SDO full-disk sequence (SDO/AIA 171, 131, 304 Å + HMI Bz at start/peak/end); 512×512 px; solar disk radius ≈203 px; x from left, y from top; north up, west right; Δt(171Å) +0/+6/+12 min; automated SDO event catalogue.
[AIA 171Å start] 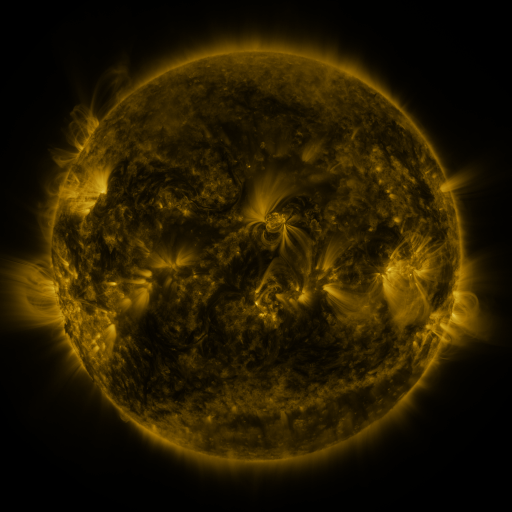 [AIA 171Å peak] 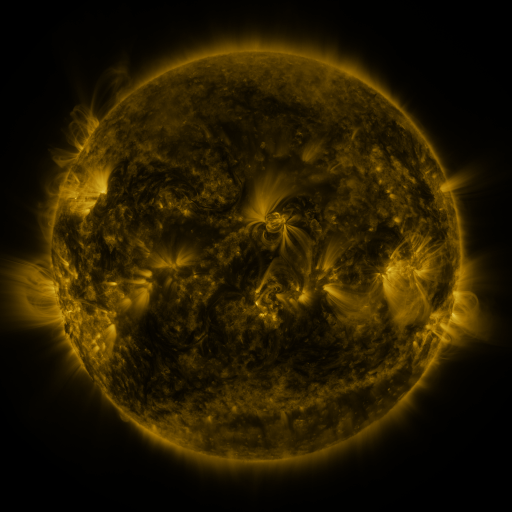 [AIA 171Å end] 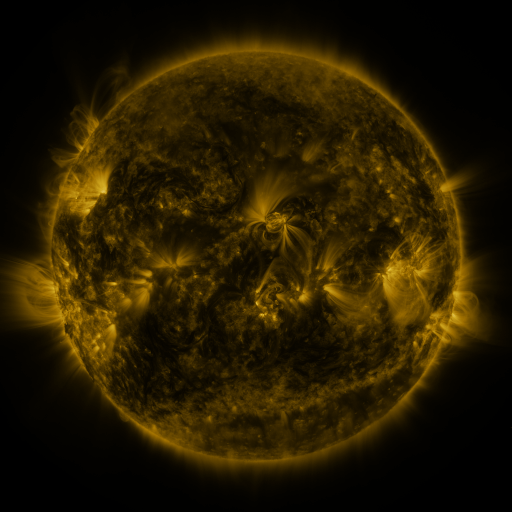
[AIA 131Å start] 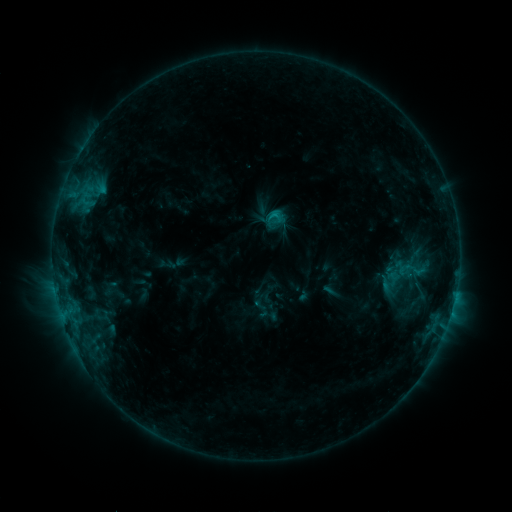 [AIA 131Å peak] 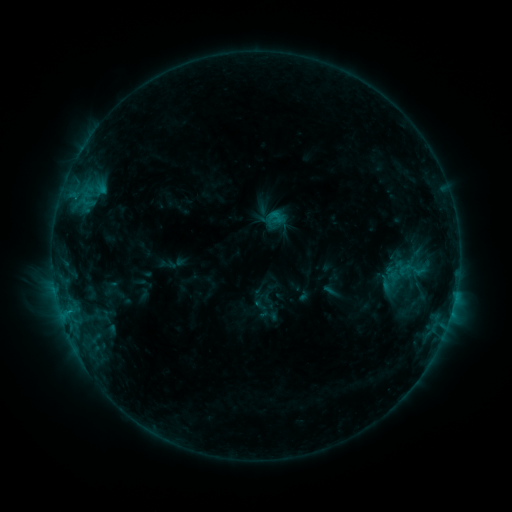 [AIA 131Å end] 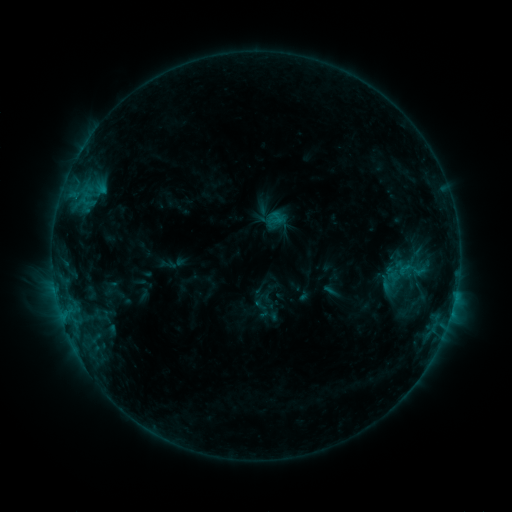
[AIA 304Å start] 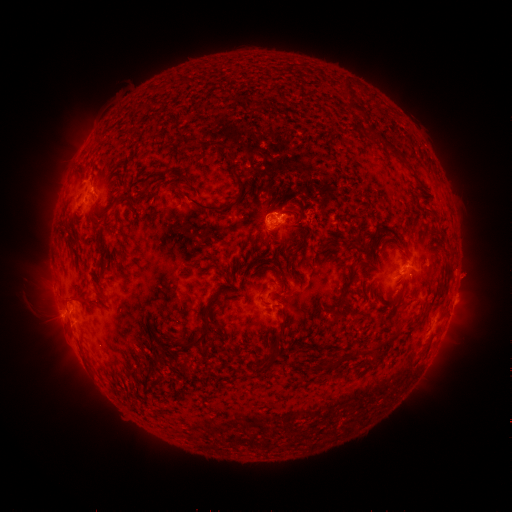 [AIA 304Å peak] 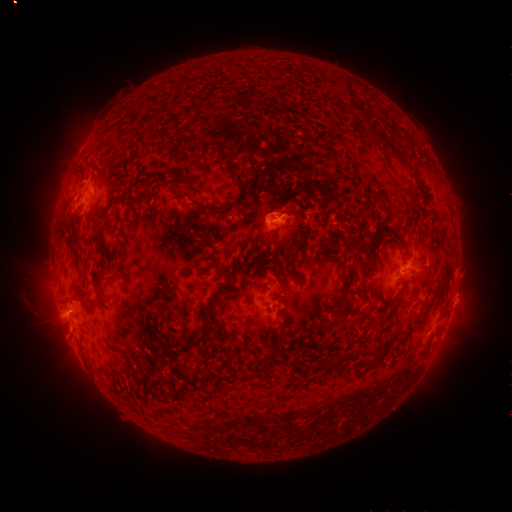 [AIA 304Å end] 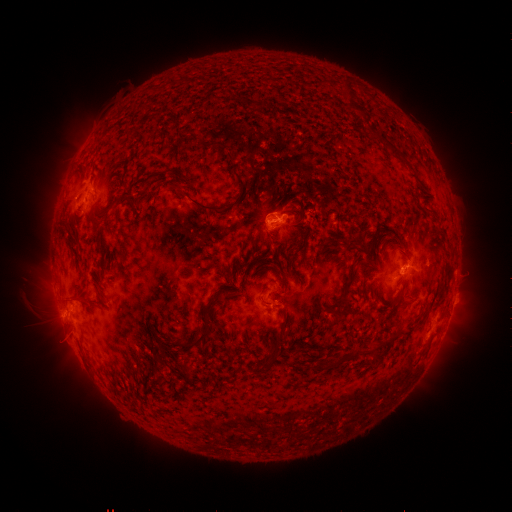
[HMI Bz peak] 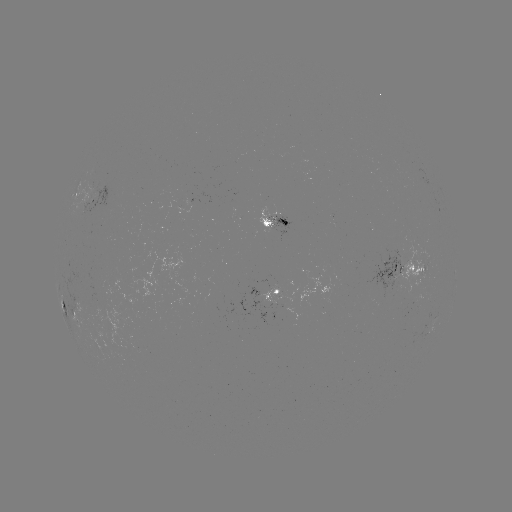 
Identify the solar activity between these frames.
eruption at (66, 321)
